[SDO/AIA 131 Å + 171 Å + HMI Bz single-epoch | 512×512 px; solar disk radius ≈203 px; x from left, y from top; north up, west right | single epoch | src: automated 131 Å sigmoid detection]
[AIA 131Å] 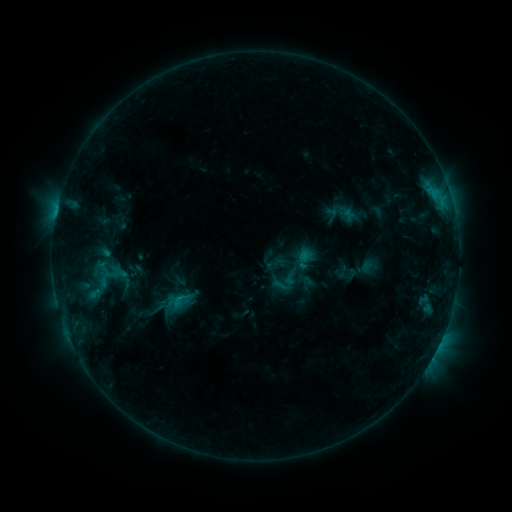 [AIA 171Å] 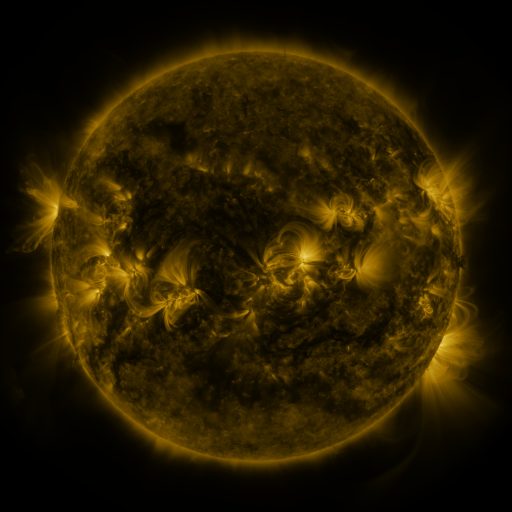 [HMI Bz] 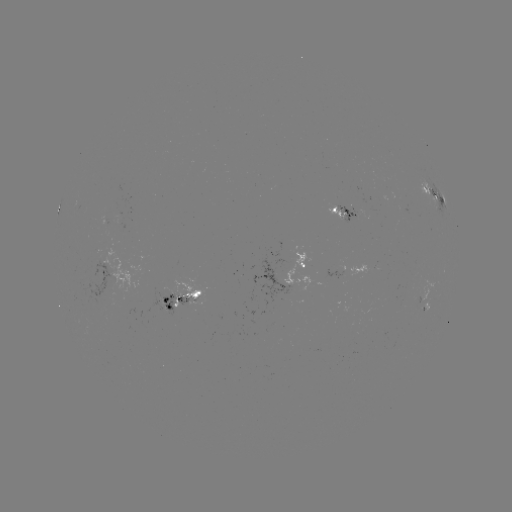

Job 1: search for sigmoid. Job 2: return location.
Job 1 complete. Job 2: [285, 280].